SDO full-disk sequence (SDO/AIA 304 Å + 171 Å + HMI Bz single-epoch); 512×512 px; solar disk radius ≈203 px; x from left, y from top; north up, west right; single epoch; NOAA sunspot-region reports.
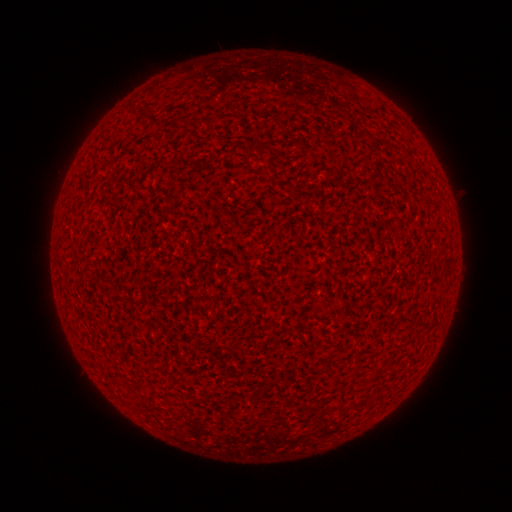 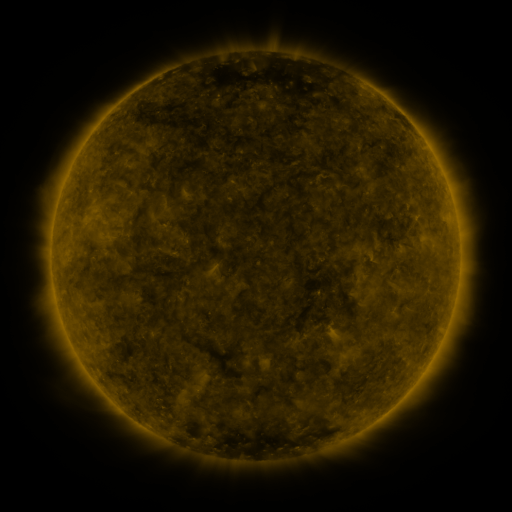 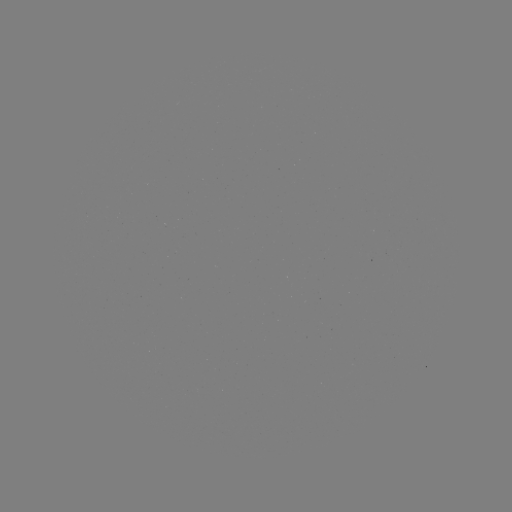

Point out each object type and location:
(none)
